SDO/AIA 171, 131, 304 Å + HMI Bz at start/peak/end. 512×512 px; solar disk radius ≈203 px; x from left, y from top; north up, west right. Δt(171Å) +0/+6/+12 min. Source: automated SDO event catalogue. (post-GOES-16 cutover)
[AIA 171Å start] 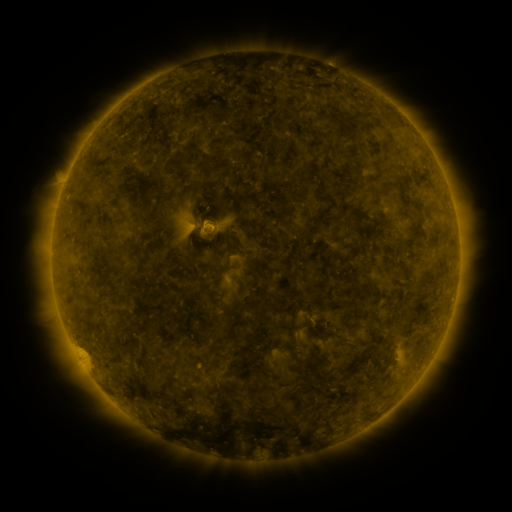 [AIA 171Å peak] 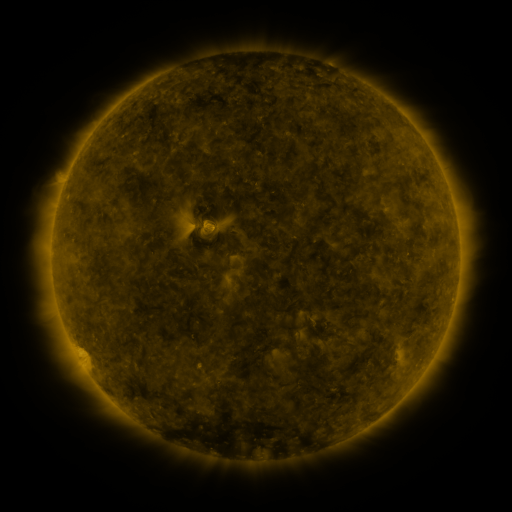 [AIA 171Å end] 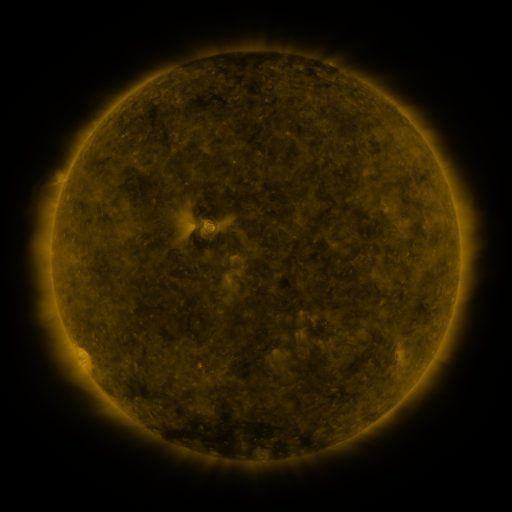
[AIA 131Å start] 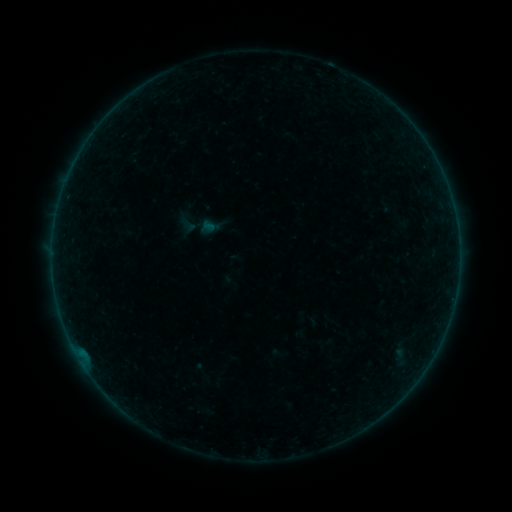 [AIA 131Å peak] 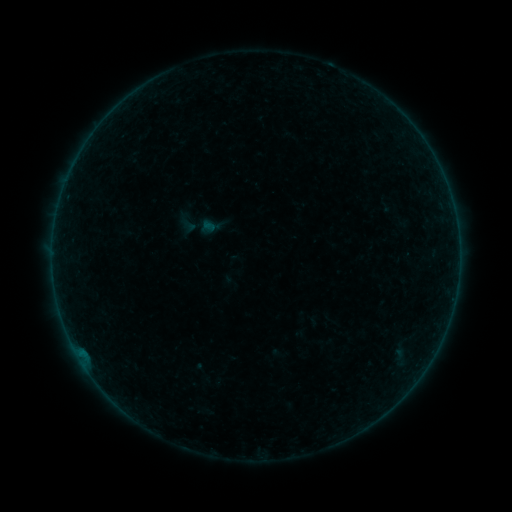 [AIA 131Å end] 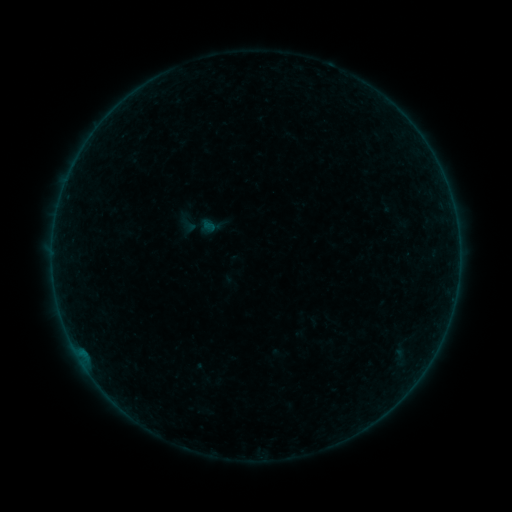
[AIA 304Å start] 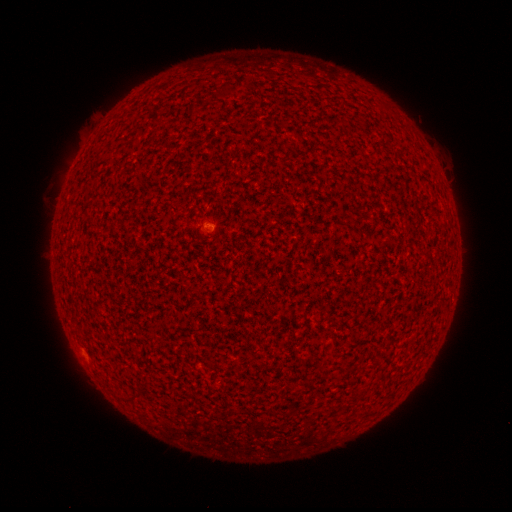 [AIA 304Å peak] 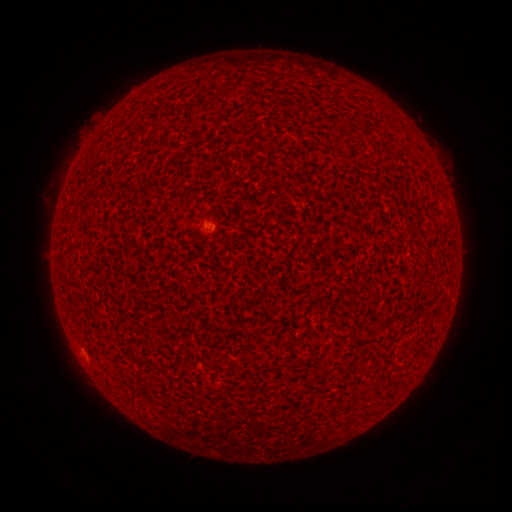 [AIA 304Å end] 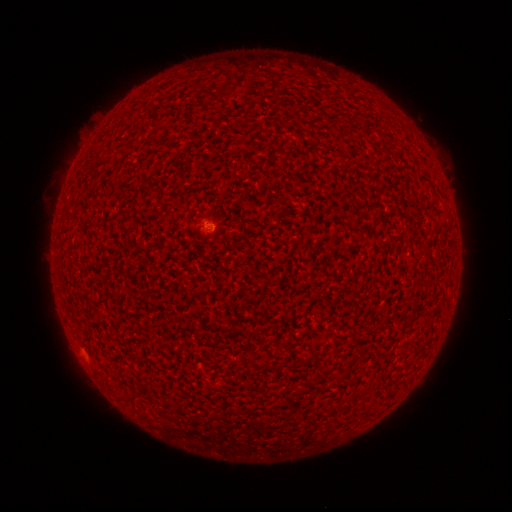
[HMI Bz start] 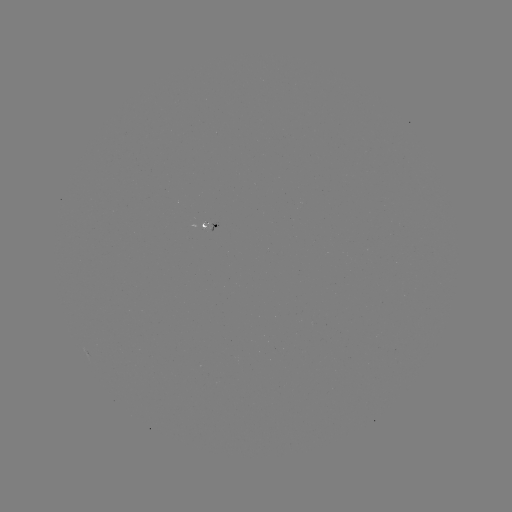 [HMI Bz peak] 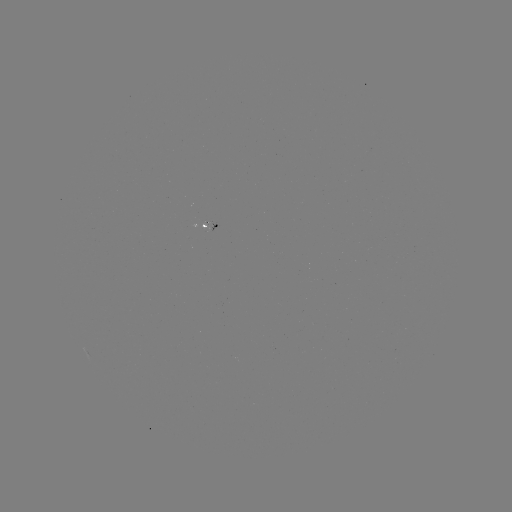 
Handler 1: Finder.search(A9.3 flare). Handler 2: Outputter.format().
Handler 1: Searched A9.3 flare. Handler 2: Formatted (210, 229).